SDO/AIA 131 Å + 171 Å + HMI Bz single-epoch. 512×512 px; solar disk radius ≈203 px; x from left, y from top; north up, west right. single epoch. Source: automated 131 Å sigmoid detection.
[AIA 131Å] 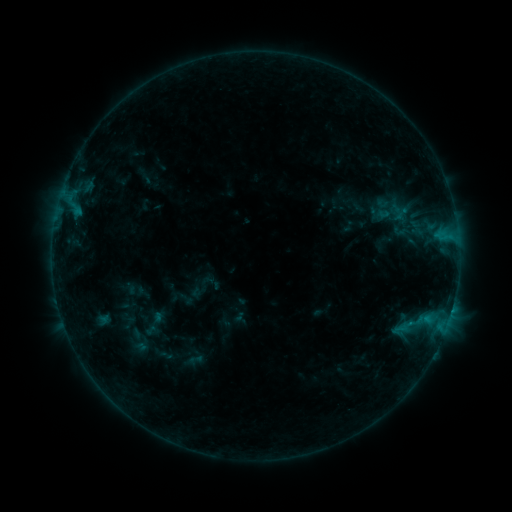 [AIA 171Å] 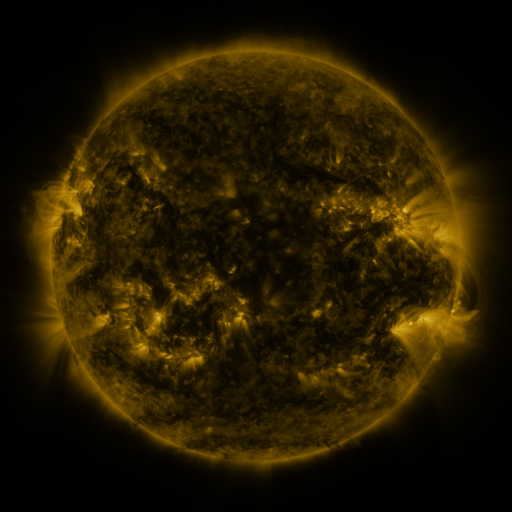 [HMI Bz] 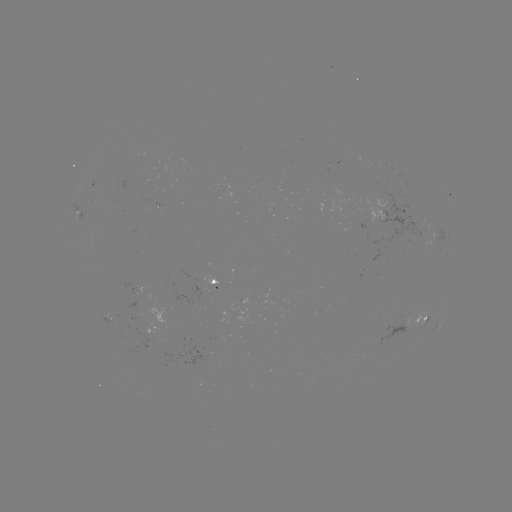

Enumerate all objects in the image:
sigmoid: (401, 231)
